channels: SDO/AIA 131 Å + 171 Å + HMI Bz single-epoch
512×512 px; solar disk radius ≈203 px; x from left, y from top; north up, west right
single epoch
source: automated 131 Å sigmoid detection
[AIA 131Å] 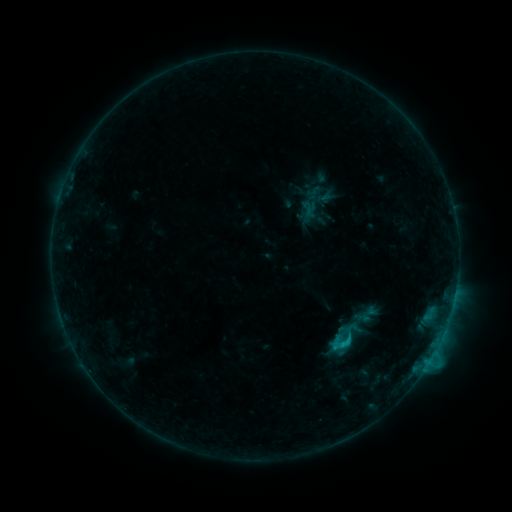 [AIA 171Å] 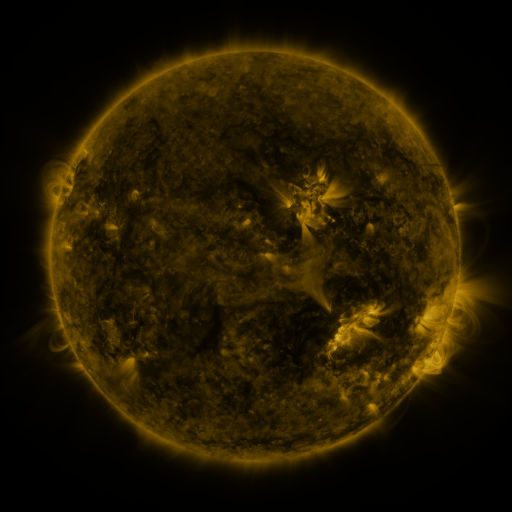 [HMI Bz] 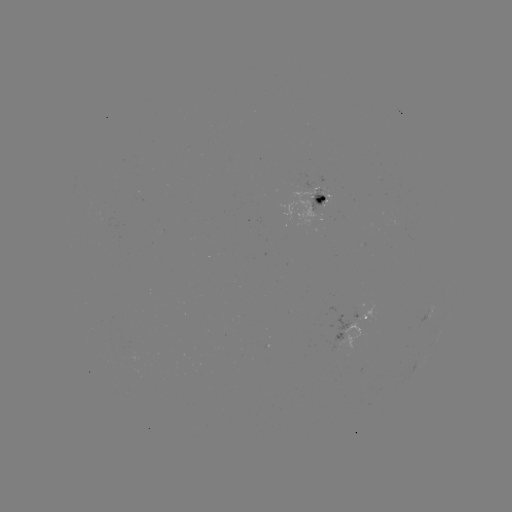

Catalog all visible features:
sigmoid: [325, 316, 365, 356]
